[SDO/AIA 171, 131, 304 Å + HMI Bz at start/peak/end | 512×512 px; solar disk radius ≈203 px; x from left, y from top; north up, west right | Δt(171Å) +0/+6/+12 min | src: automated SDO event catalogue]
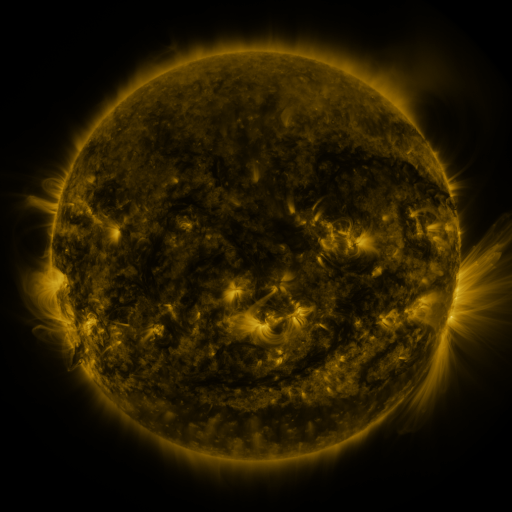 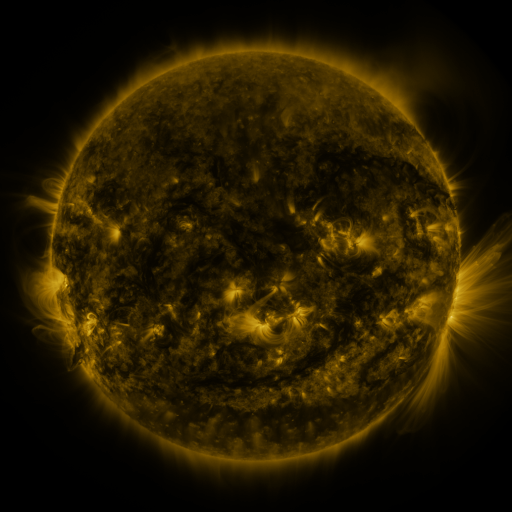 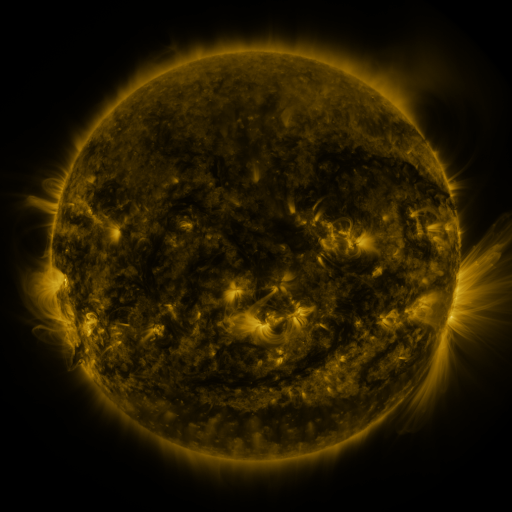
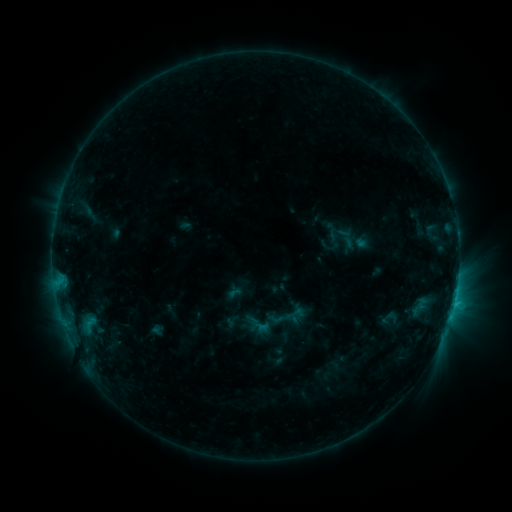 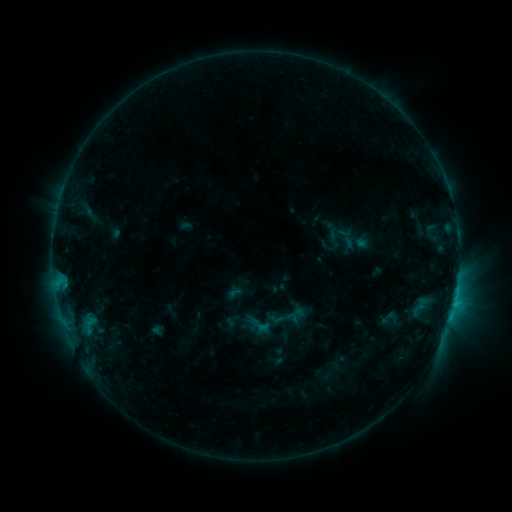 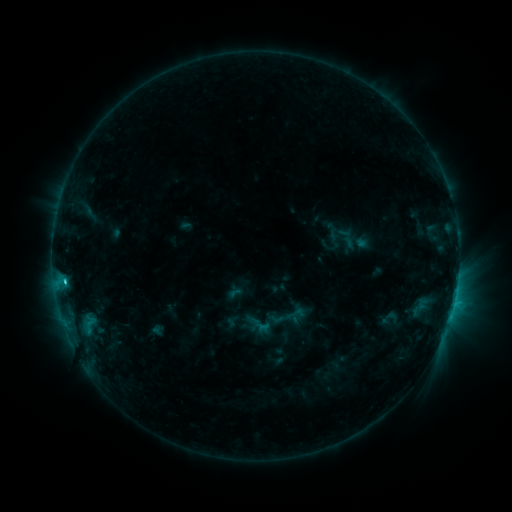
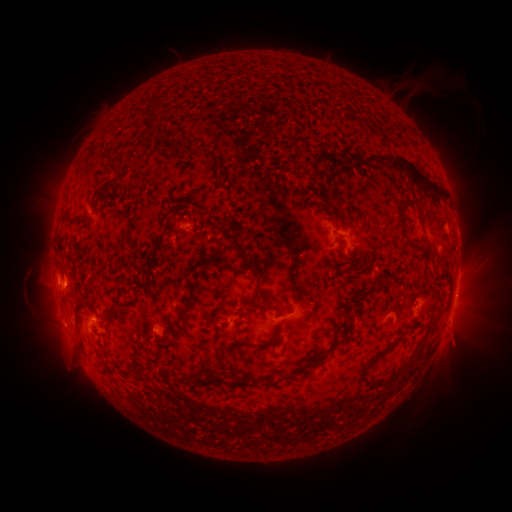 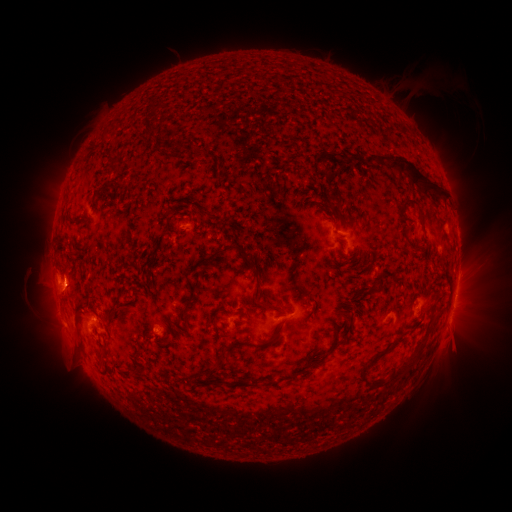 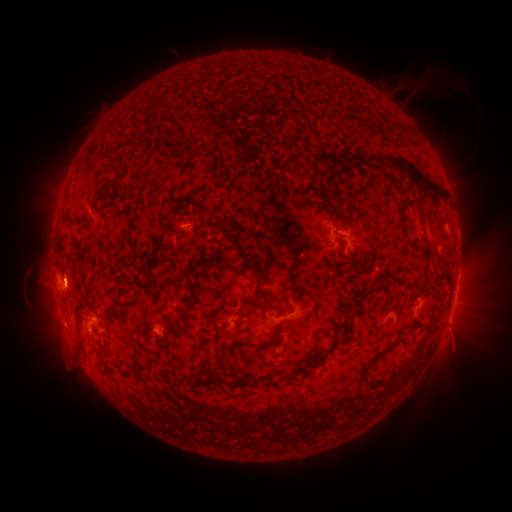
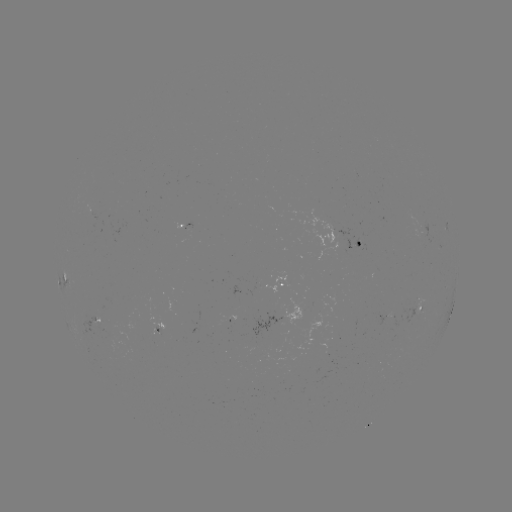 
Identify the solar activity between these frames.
C2.3 flare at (64, 278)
